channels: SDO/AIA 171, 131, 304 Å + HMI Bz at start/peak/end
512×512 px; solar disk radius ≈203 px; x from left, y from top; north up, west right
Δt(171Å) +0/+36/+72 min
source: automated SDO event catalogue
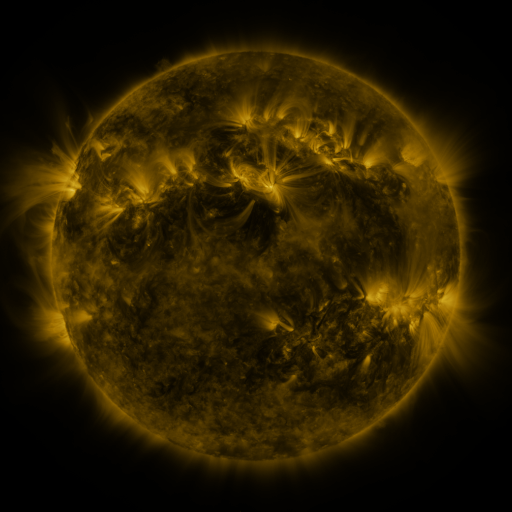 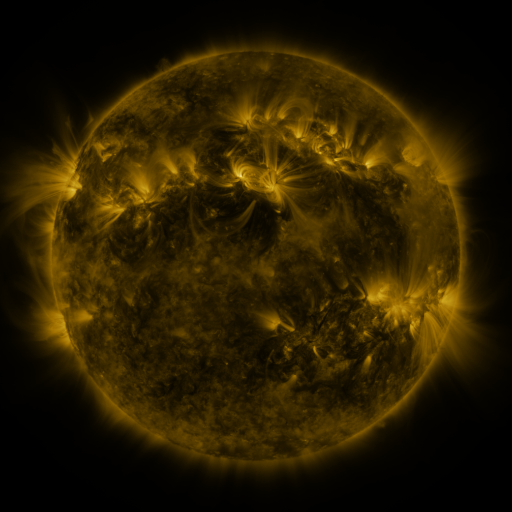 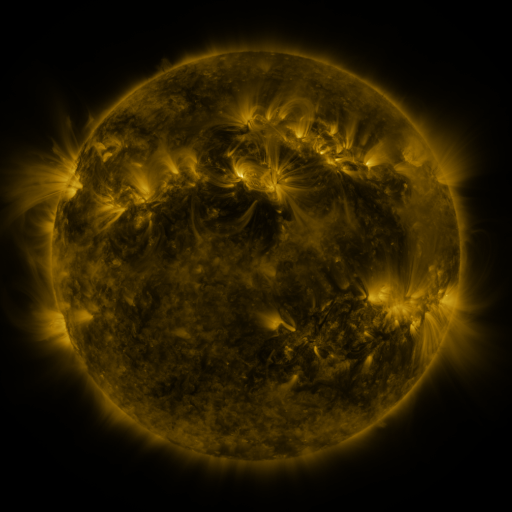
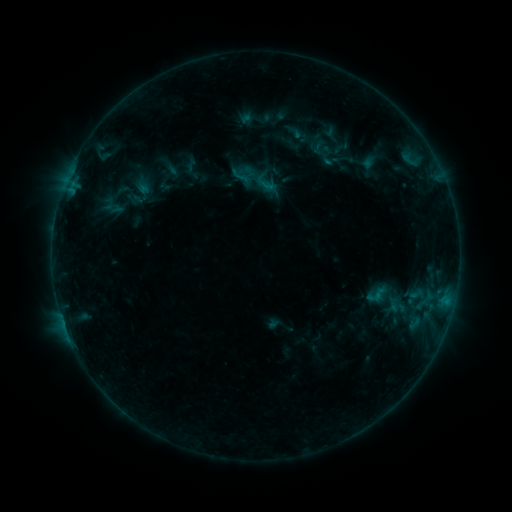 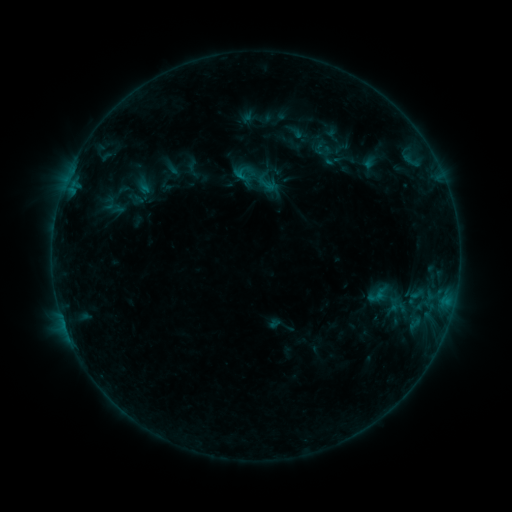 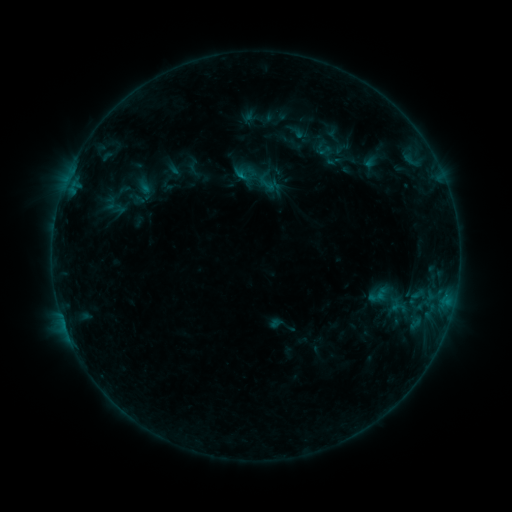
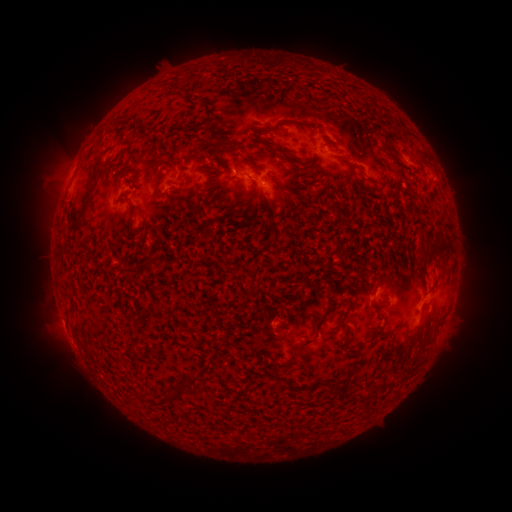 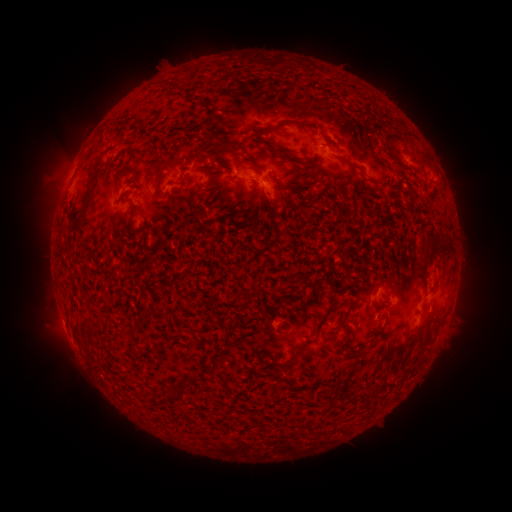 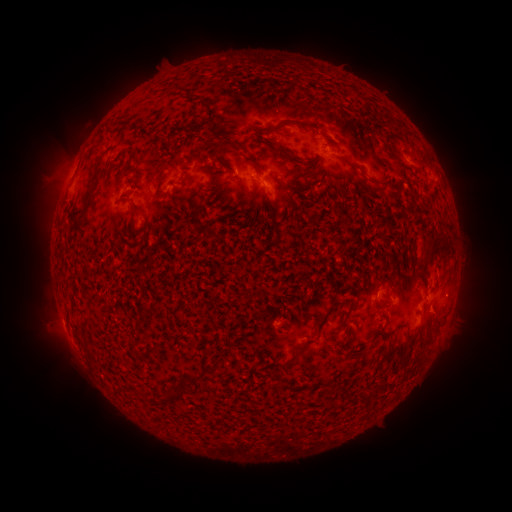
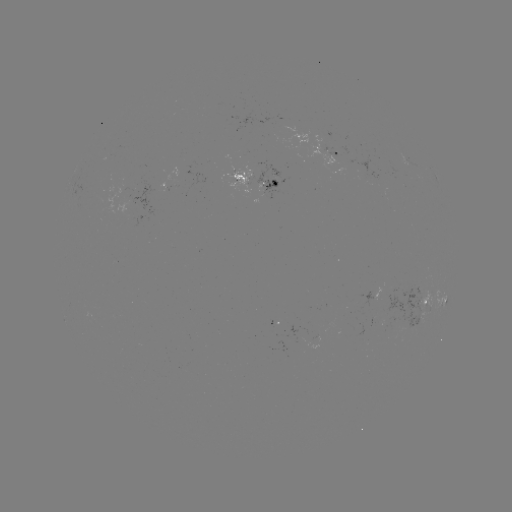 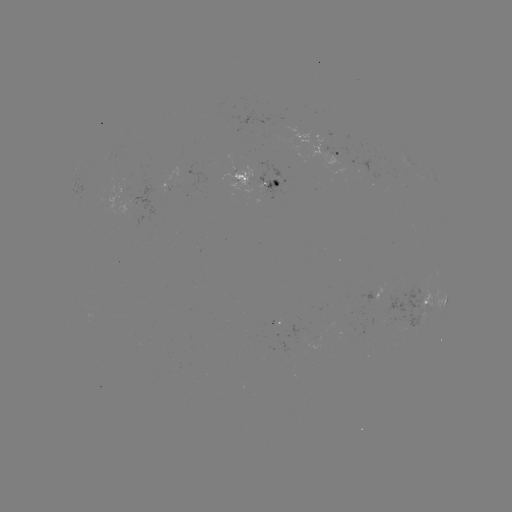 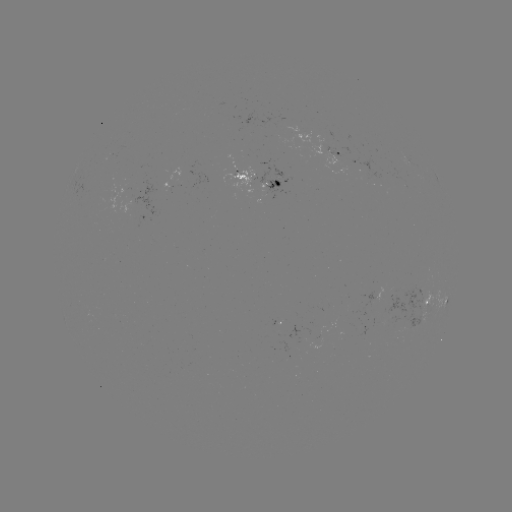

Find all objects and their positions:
emerging-flux region: (253, 176)
